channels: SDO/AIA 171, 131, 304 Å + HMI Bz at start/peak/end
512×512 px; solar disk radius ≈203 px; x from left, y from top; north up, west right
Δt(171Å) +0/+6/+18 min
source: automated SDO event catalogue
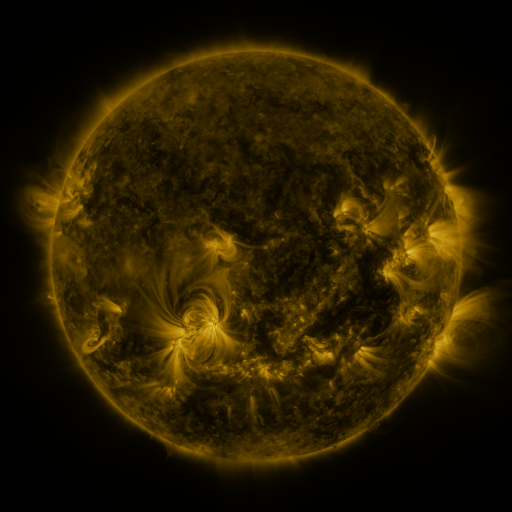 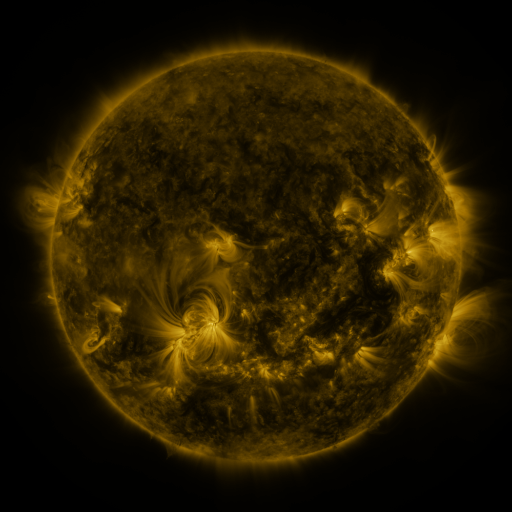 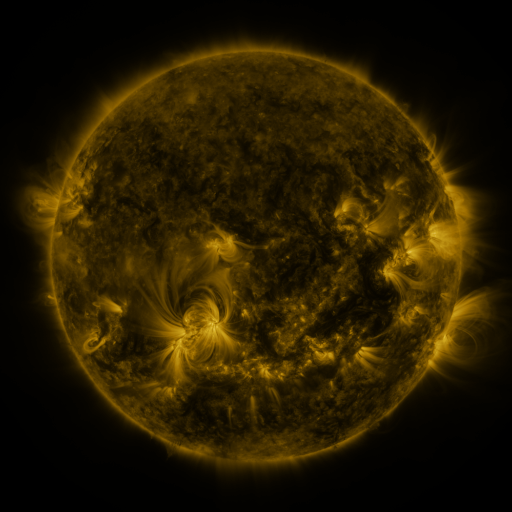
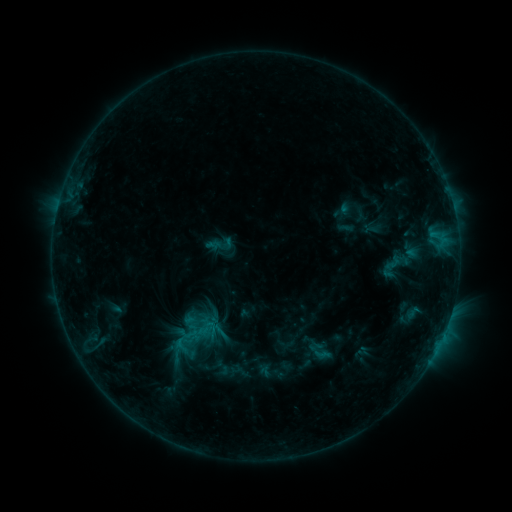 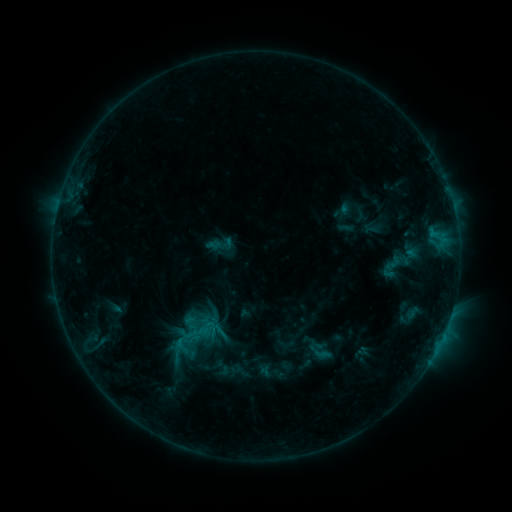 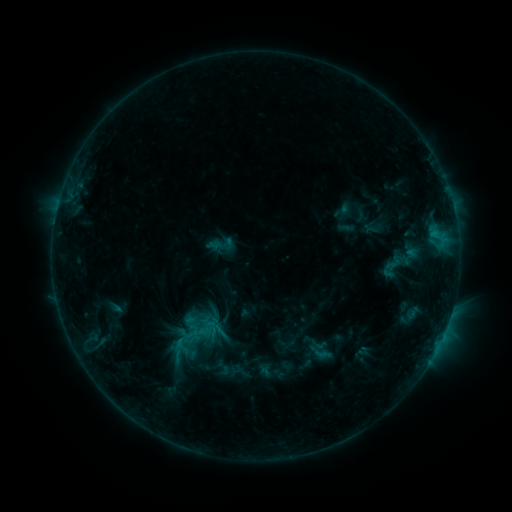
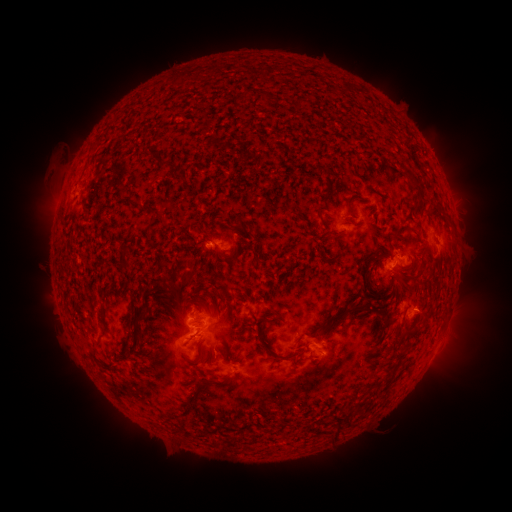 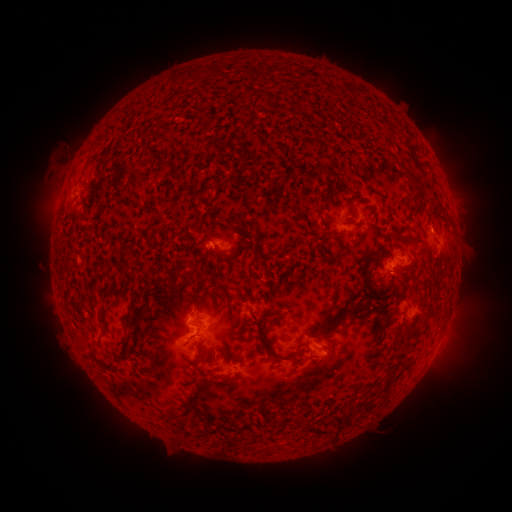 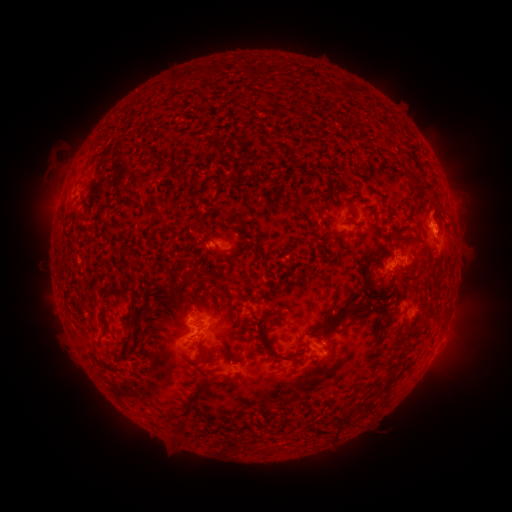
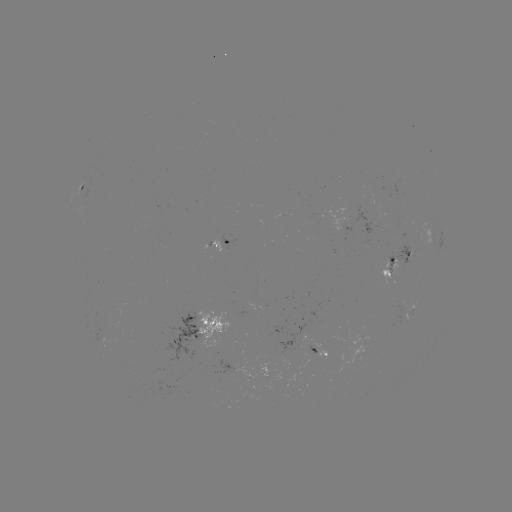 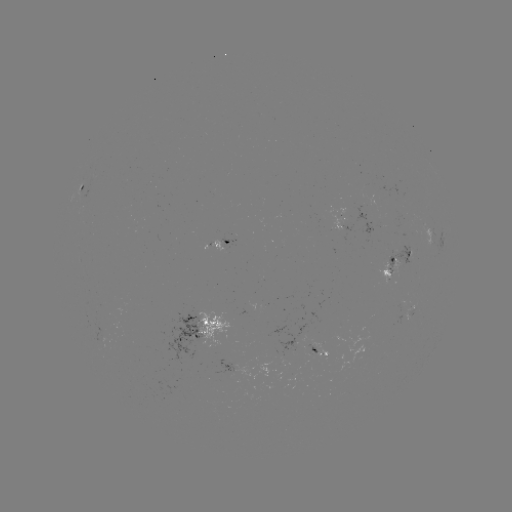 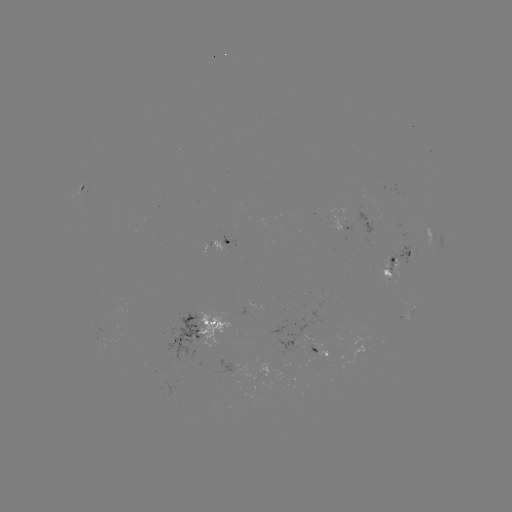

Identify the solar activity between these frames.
eruption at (434, 214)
